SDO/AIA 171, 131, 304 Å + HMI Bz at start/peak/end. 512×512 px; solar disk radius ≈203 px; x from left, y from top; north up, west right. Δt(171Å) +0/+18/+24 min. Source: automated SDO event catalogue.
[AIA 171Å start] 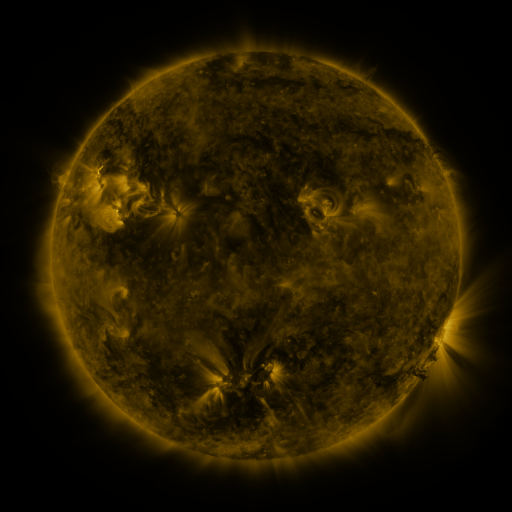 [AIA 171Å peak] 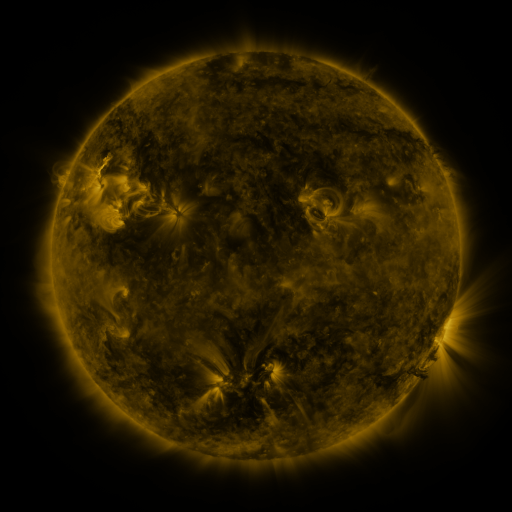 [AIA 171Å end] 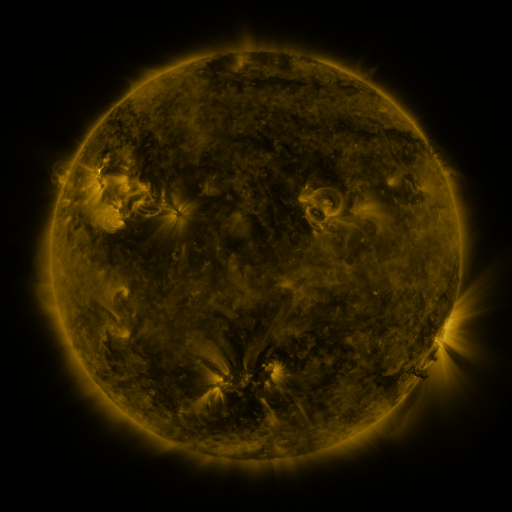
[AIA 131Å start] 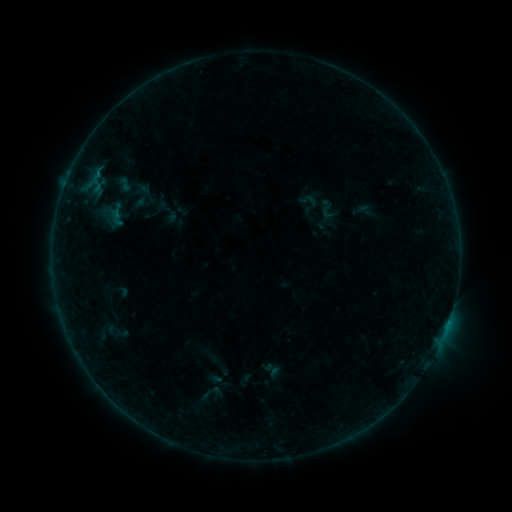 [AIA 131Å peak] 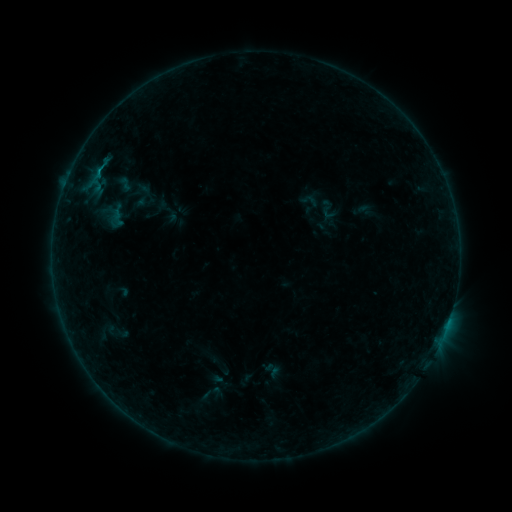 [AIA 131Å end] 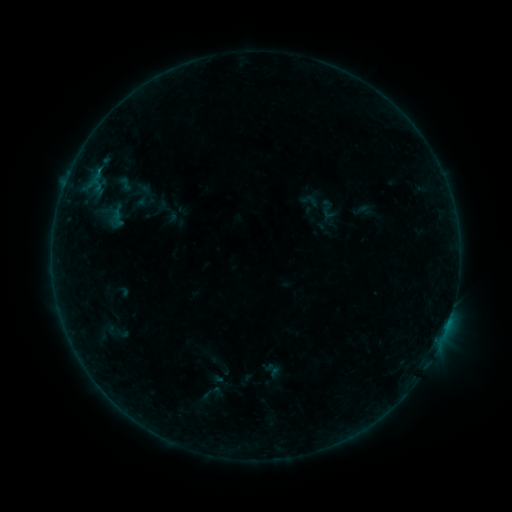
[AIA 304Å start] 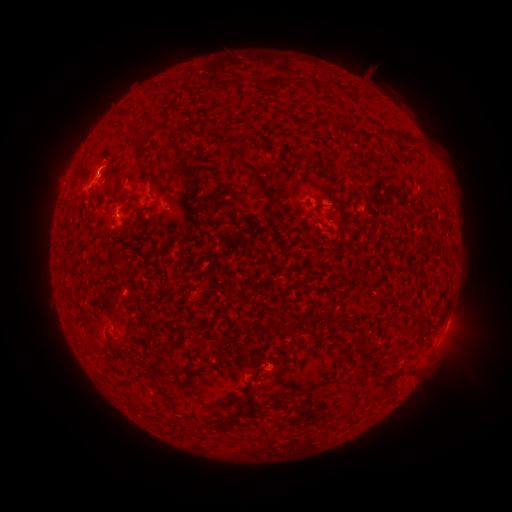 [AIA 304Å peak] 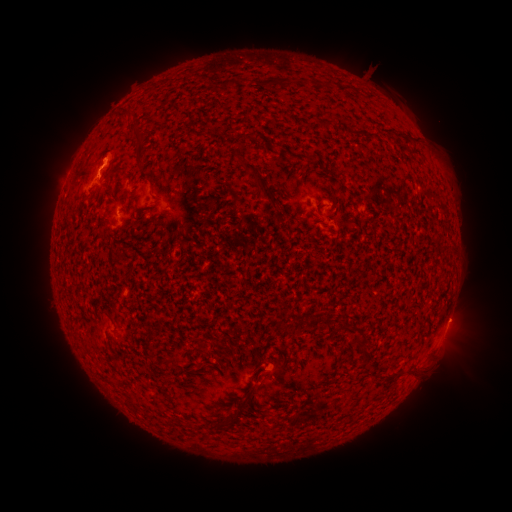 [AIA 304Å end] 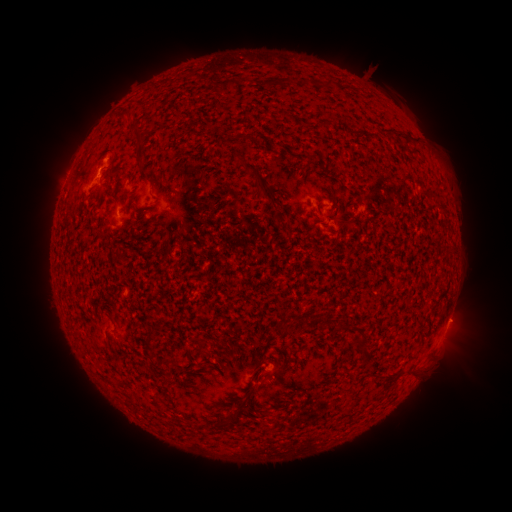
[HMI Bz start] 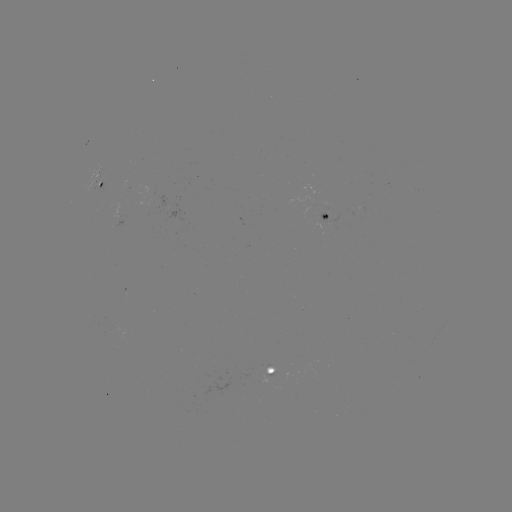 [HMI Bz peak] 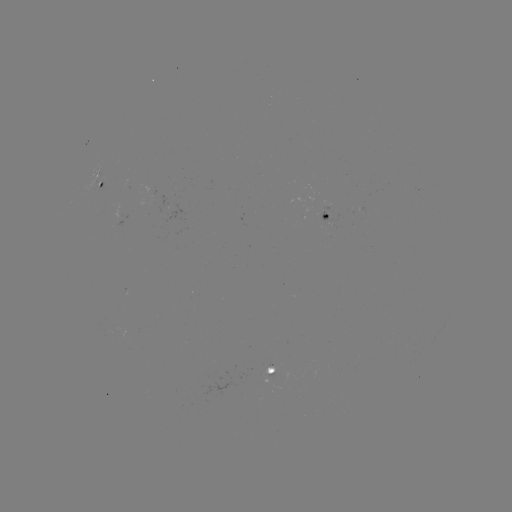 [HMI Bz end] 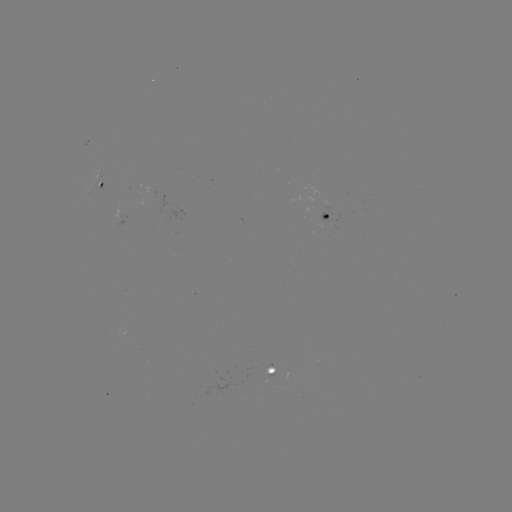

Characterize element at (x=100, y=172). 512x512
B2.3 flare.